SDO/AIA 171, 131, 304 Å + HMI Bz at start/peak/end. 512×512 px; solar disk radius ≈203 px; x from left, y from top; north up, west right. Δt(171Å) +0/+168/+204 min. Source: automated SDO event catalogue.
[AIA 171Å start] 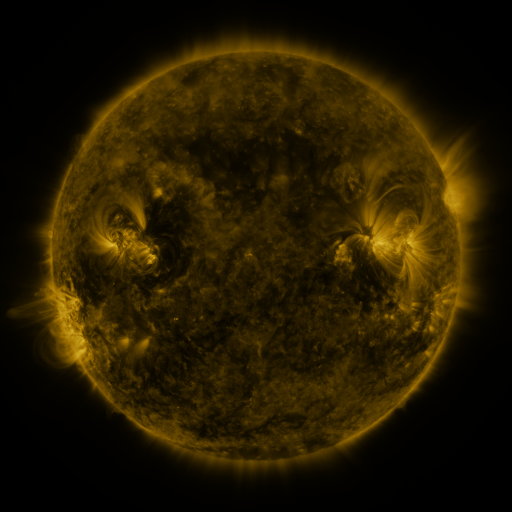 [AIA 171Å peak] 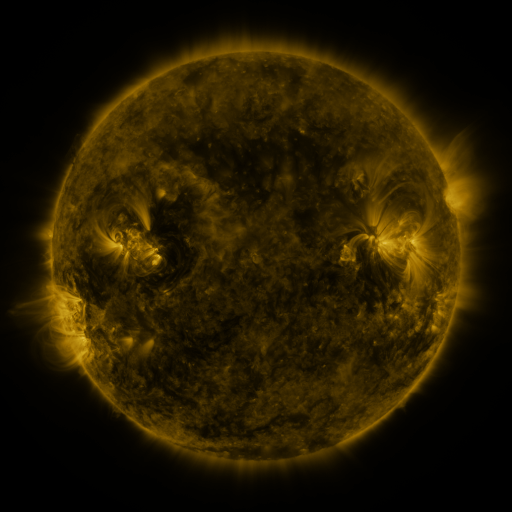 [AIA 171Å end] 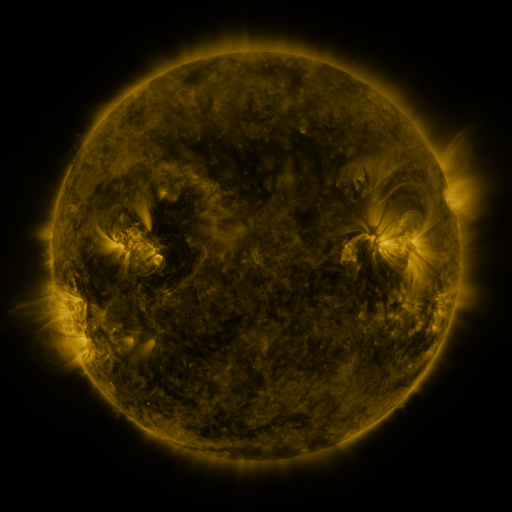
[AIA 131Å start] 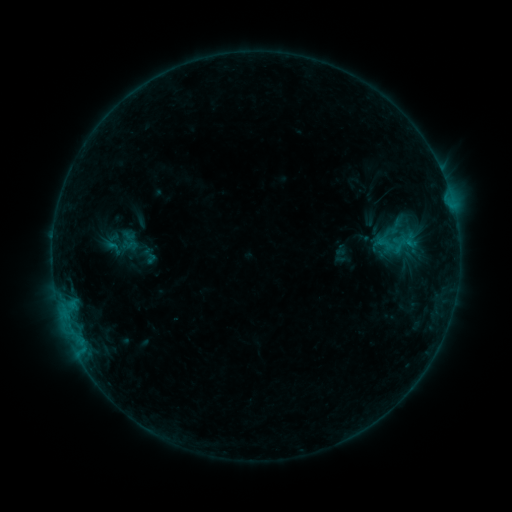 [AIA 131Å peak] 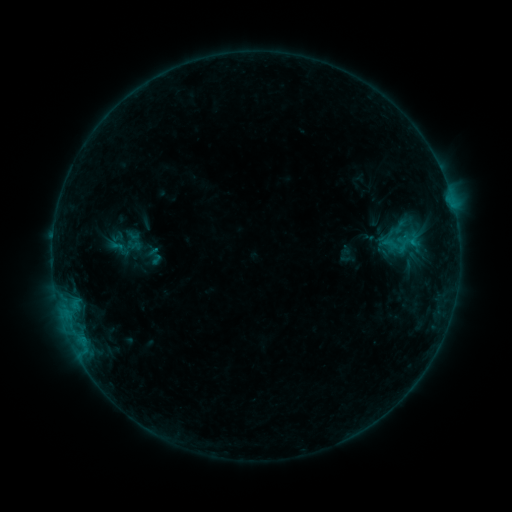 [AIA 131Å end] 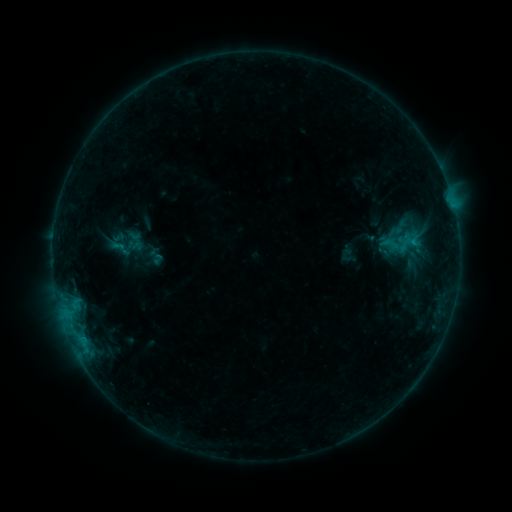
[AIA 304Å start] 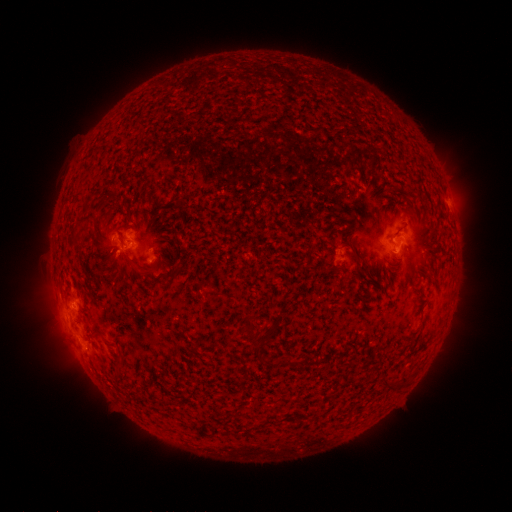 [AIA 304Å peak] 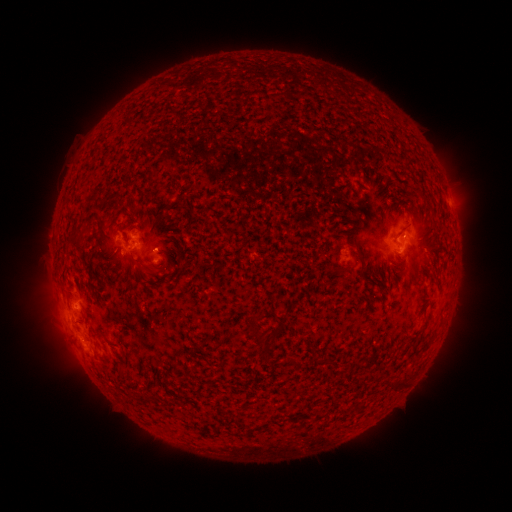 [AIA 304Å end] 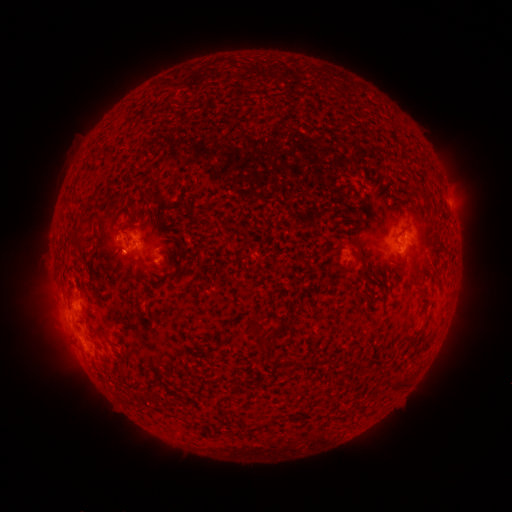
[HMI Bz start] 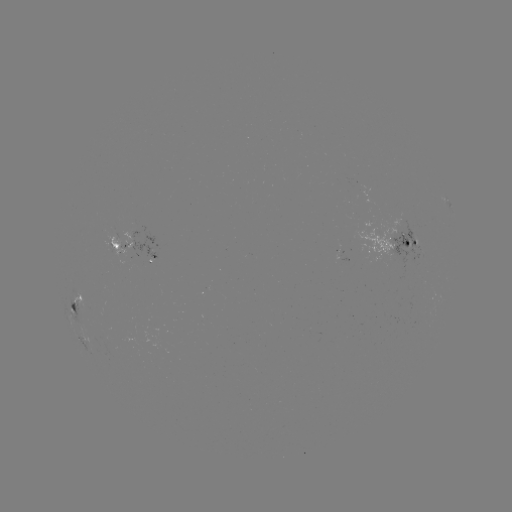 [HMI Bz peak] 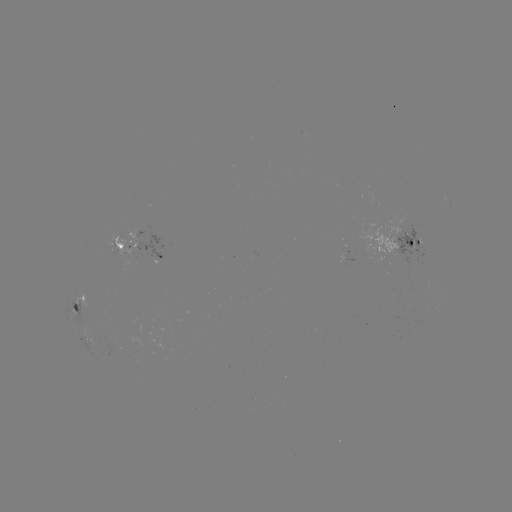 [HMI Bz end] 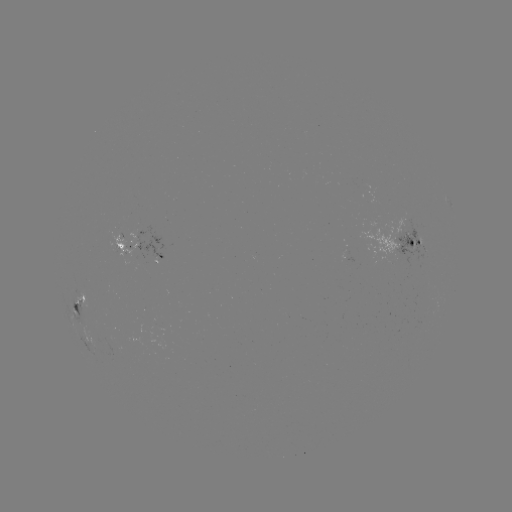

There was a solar emerging-flux region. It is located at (401, 249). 